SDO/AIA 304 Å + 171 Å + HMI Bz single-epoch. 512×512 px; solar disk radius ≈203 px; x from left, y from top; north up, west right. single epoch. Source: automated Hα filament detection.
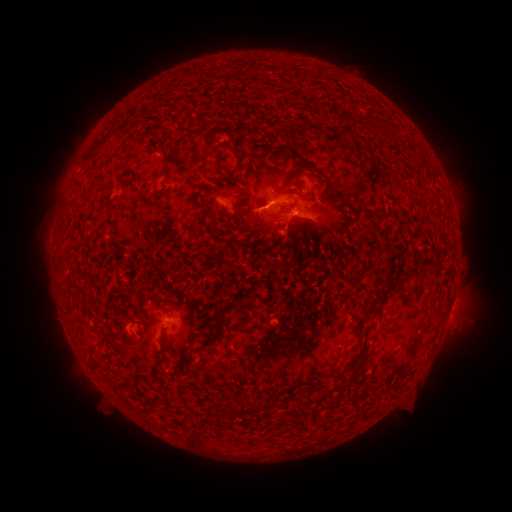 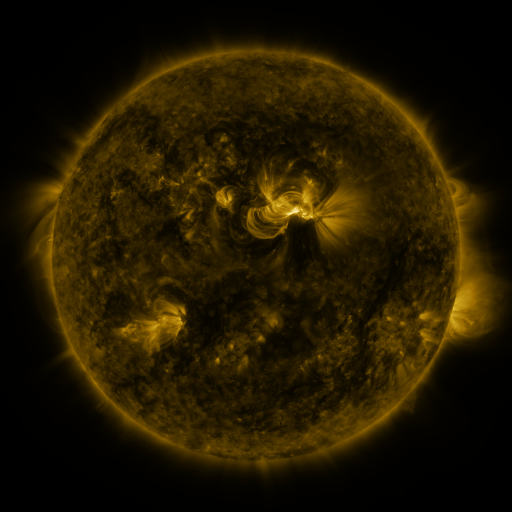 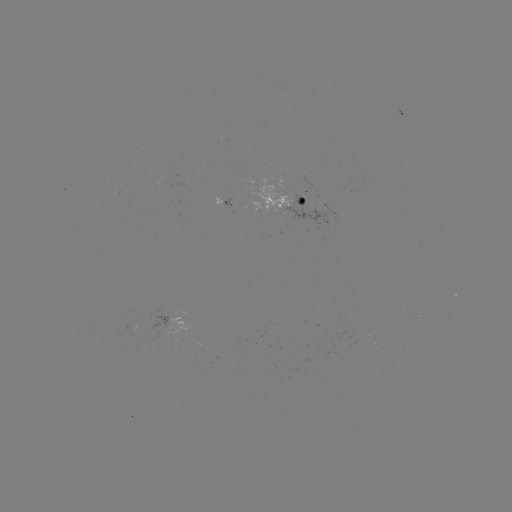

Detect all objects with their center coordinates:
filament: (286, 135, 299, 144)
filament: (226, 141, 246, 168)
filament: (89, 143, 98, 152)
filament: (161, 164, 168, 175)
filament: (264, 220, 281, 231)
filament: (368, 280, 393, 322)
filament: (191, 326, 225, 352)
filament: (342, 345, 365, 372)
filament: (224, 403, 232, 413)
filament: (275, 413, 283, 427)
